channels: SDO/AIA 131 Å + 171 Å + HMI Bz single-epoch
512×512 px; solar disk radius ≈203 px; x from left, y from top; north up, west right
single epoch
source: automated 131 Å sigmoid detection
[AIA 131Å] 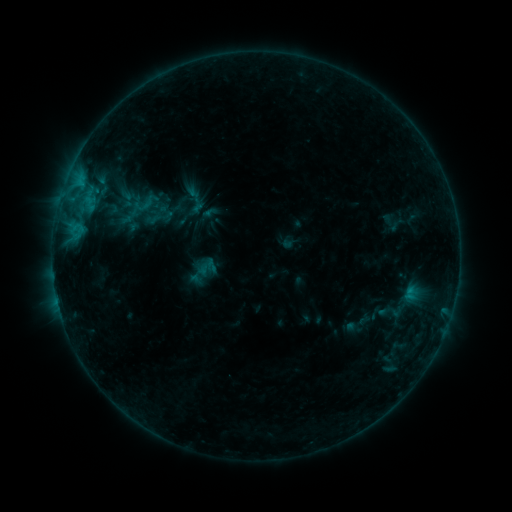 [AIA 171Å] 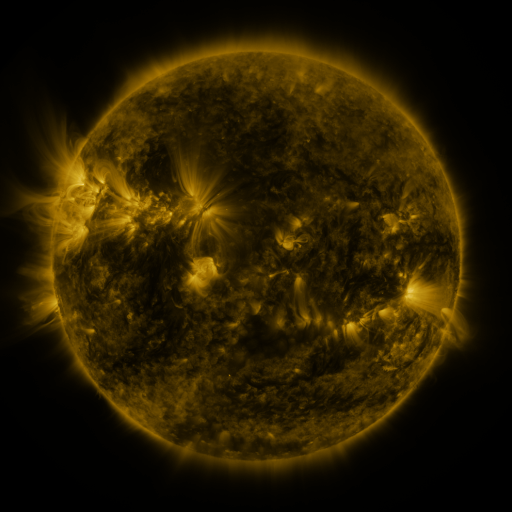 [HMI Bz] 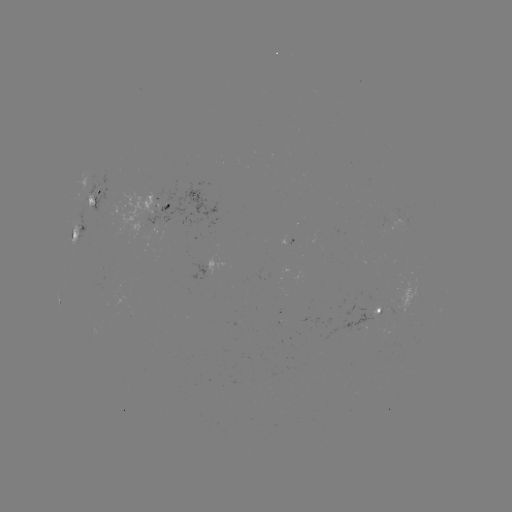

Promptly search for sigmoid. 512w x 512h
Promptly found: (147, 203).